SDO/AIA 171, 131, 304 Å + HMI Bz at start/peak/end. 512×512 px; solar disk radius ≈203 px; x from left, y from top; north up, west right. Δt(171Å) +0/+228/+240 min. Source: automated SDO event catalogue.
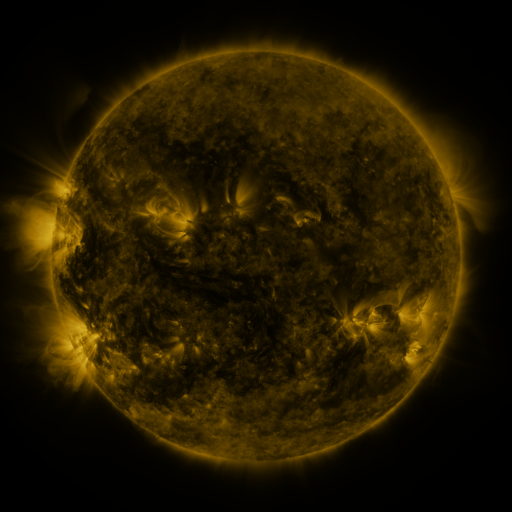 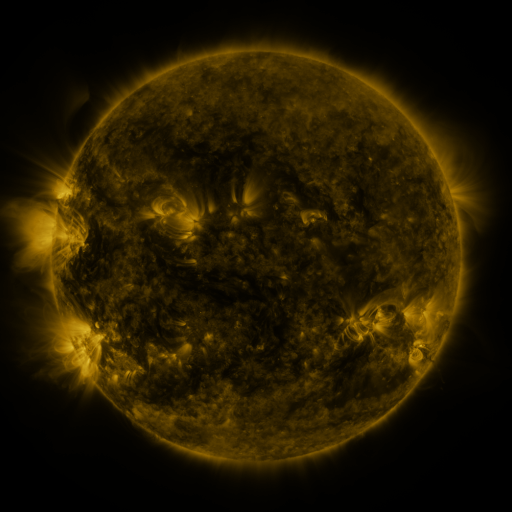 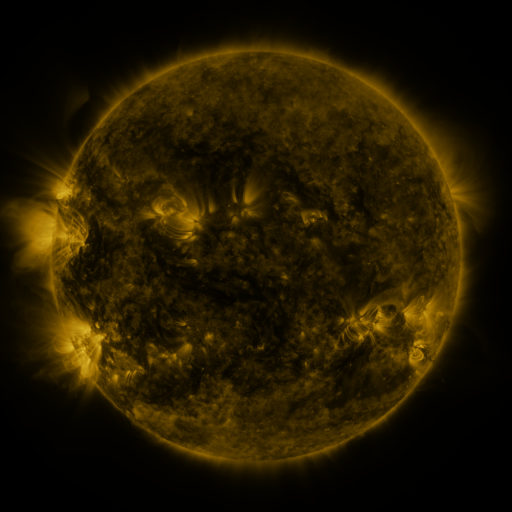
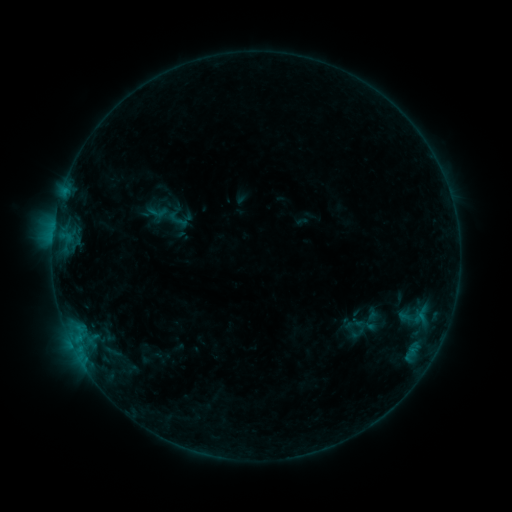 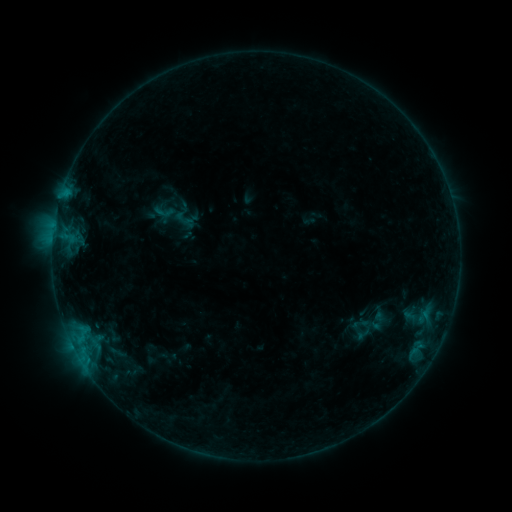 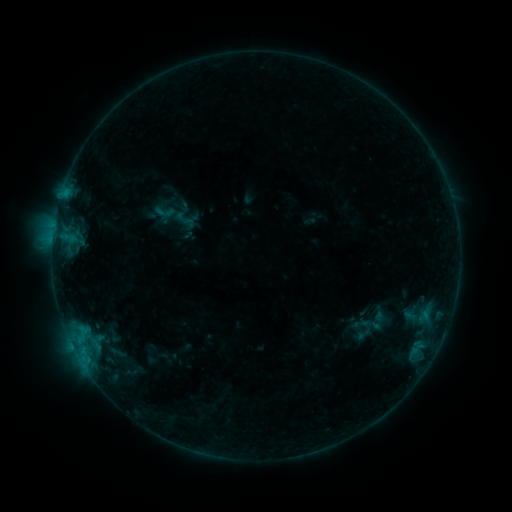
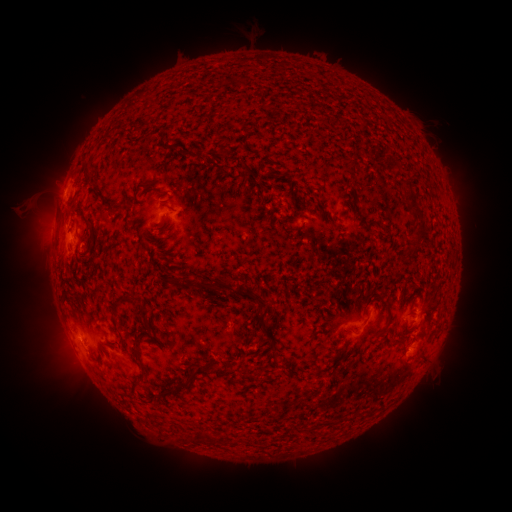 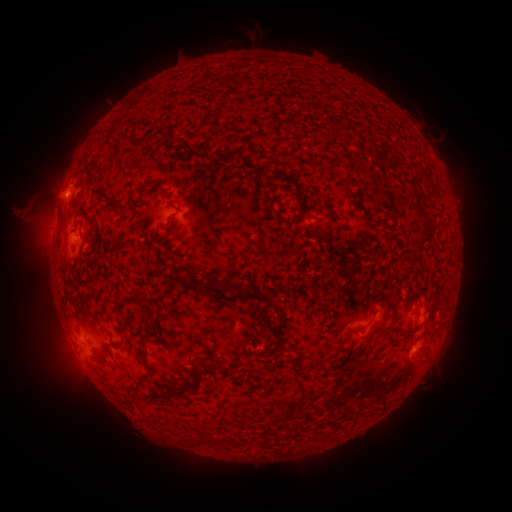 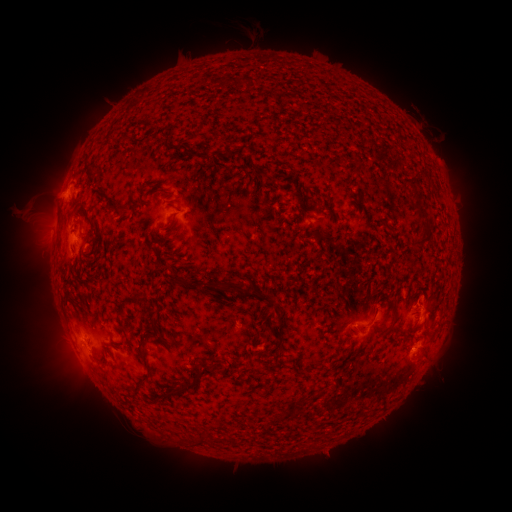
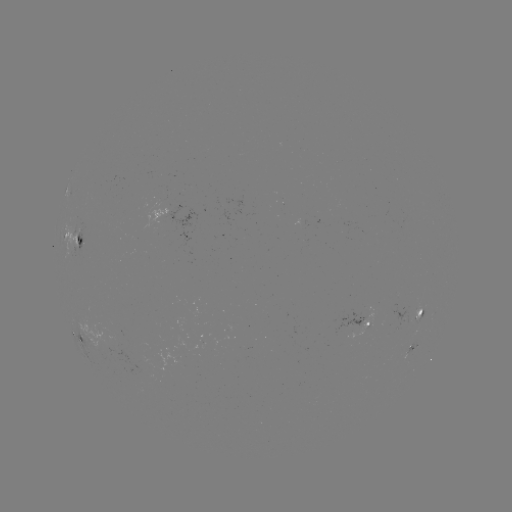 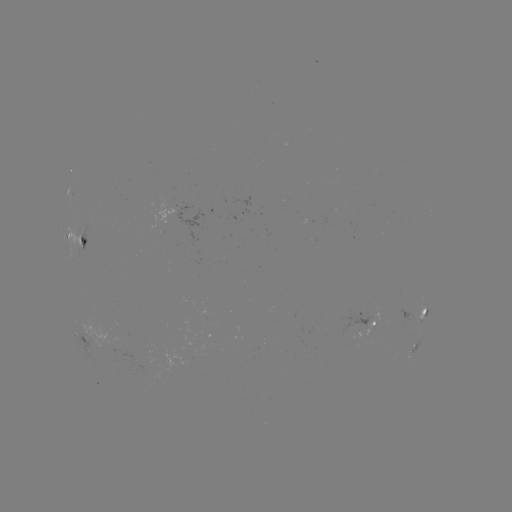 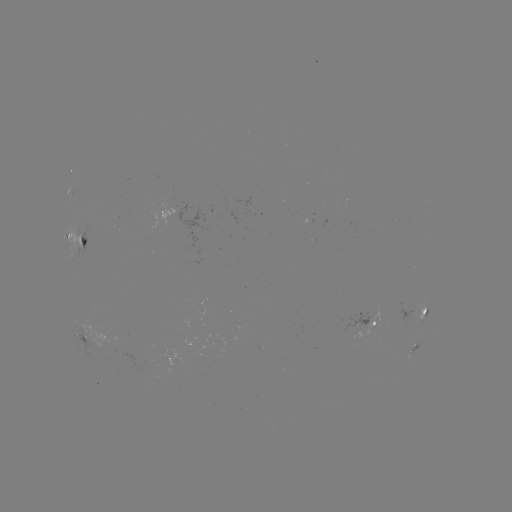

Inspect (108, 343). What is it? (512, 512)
emerging-flux region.